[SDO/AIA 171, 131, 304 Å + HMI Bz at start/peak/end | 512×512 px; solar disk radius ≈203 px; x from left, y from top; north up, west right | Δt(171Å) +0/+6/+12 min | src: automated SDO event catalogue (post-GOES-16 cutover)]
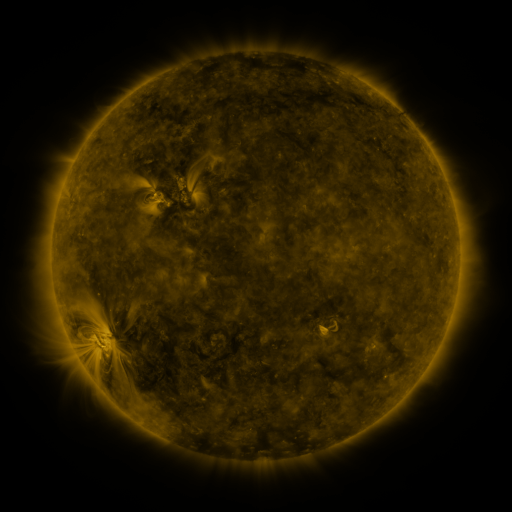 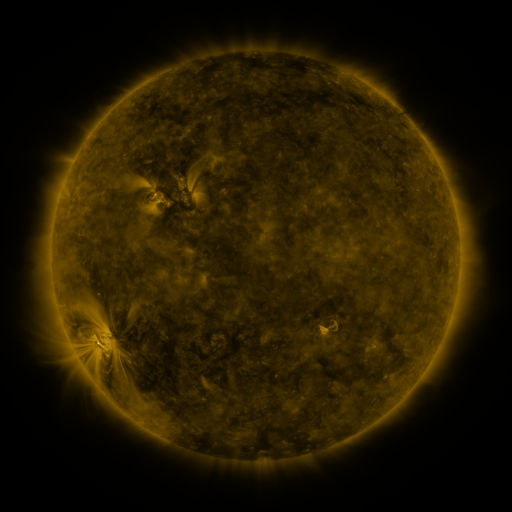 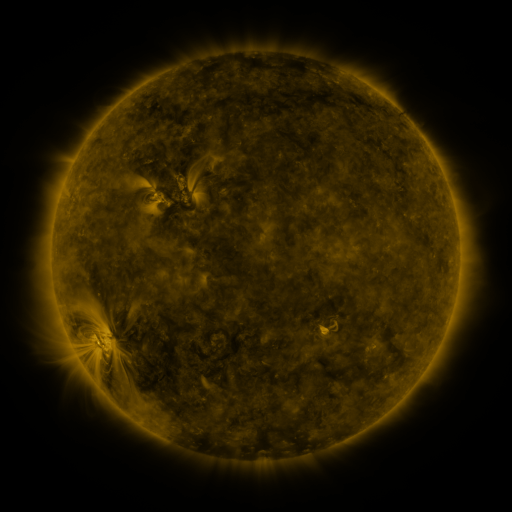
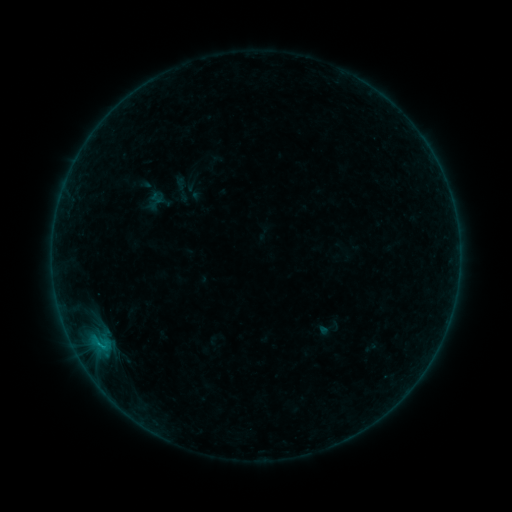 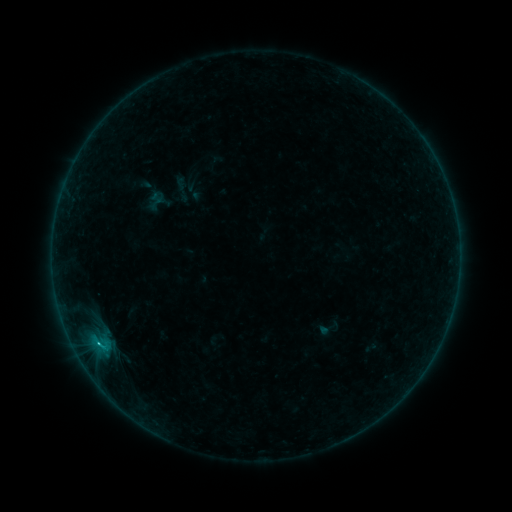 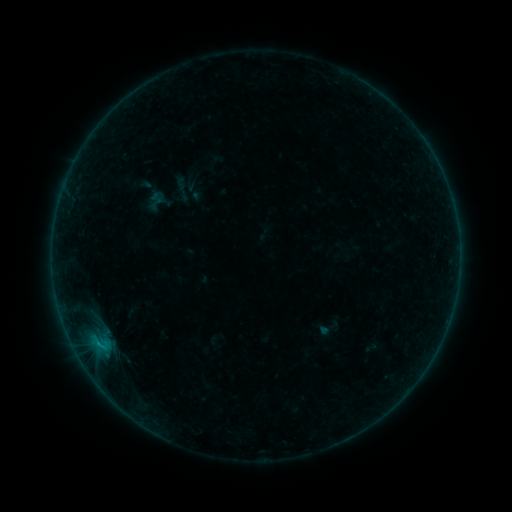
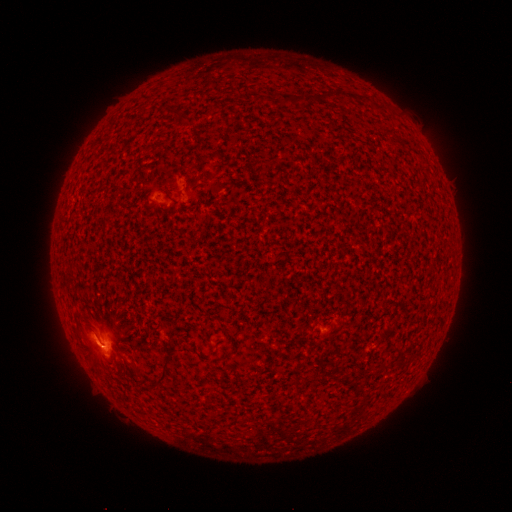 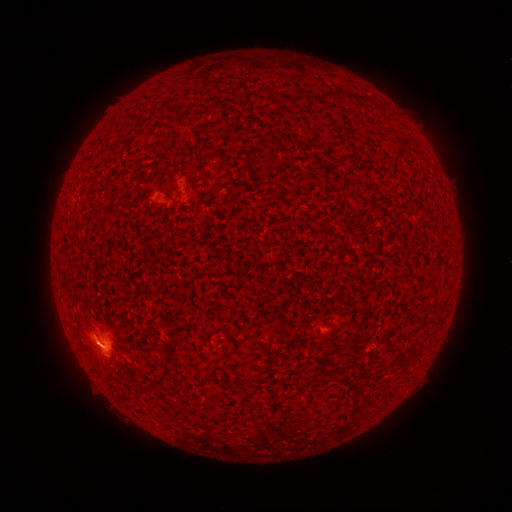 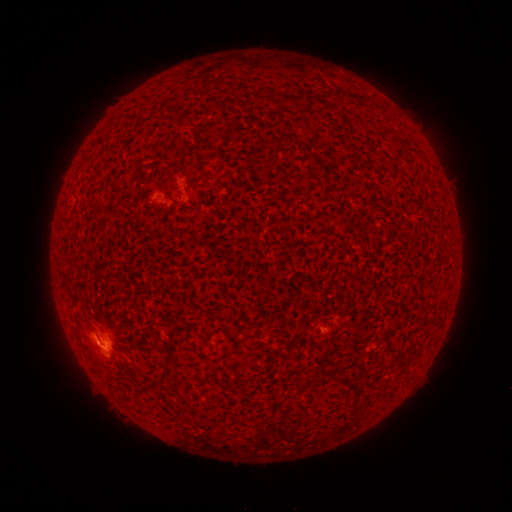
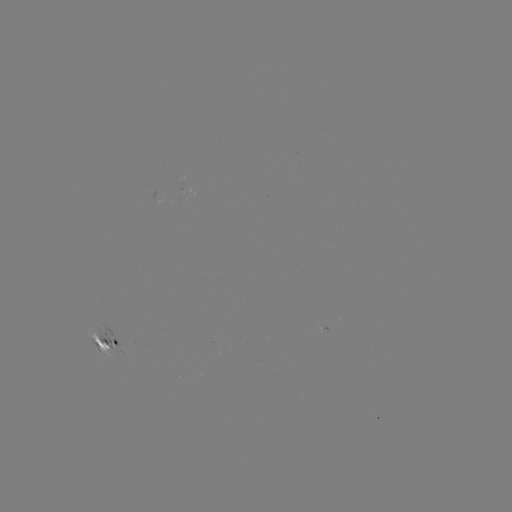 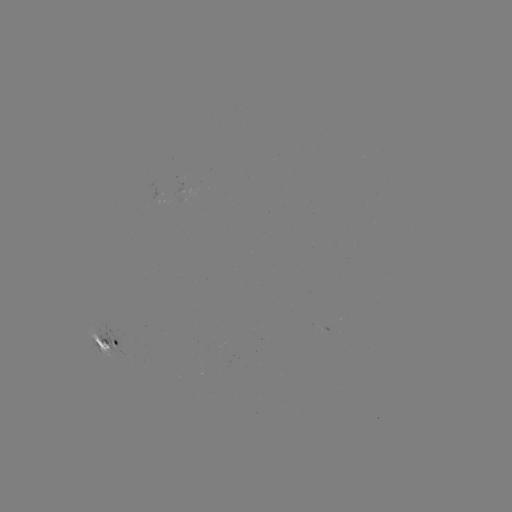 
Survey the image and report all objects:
B8.0 flare: (98, 342)
